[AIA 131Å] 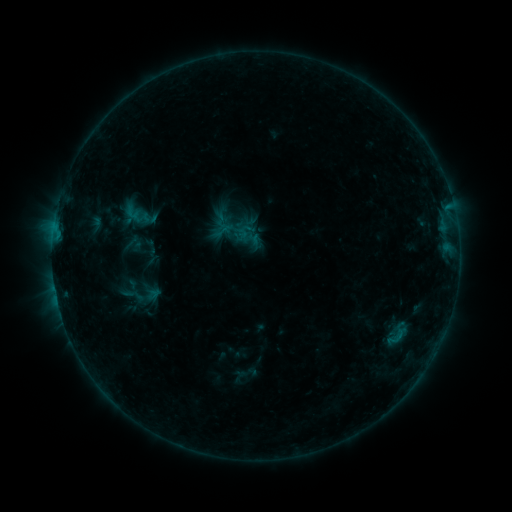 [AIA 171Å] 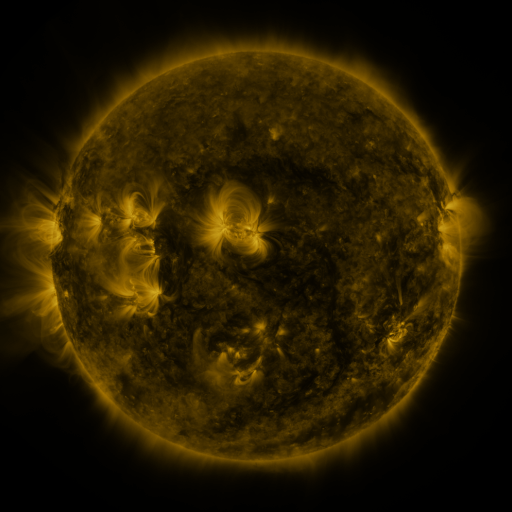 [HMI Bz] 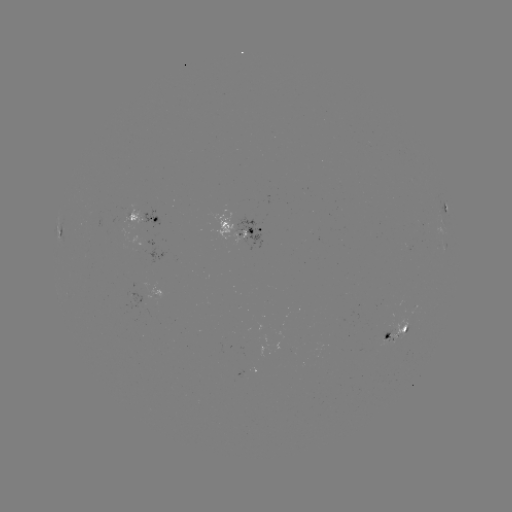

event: sigmoid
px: (145, 296)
